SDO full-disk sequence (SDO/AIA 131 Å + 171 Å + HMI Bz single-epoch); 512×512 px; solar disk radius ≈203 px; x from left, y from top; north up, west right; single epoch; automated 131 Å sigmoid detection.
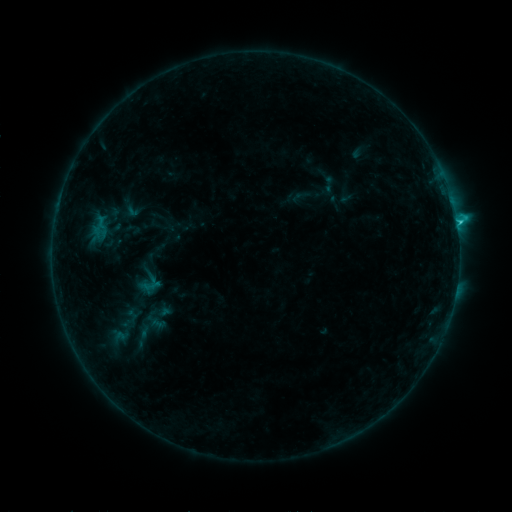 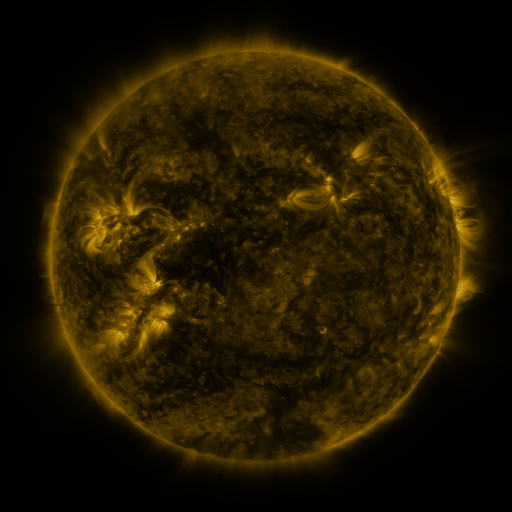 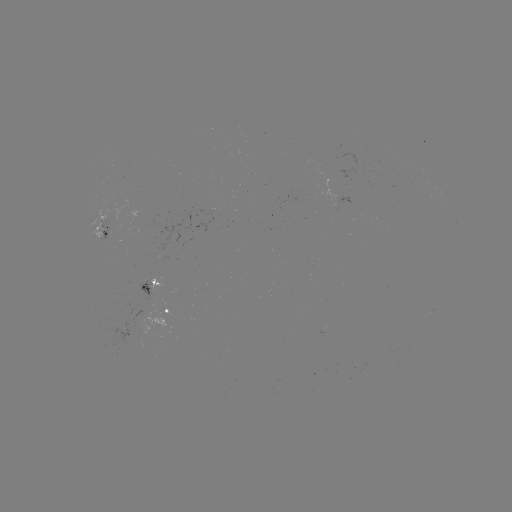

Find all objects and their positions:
sigmoid: [318, 175, 339, 193]
sigmoid: [107, 329, 133, 345]
